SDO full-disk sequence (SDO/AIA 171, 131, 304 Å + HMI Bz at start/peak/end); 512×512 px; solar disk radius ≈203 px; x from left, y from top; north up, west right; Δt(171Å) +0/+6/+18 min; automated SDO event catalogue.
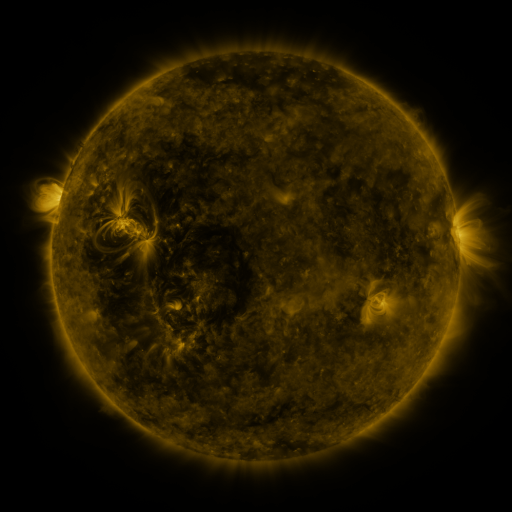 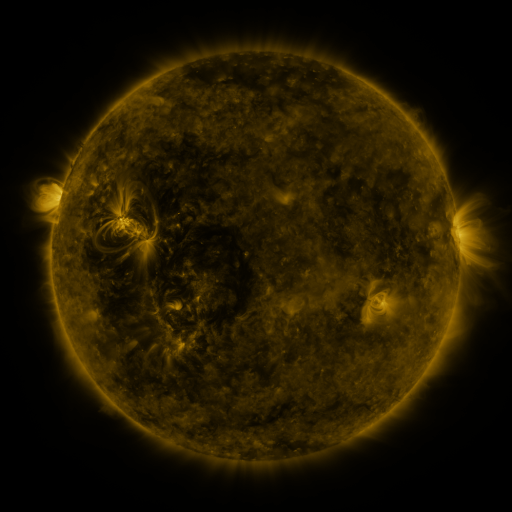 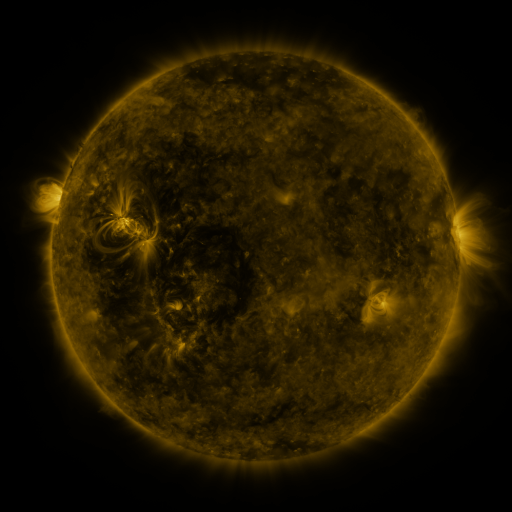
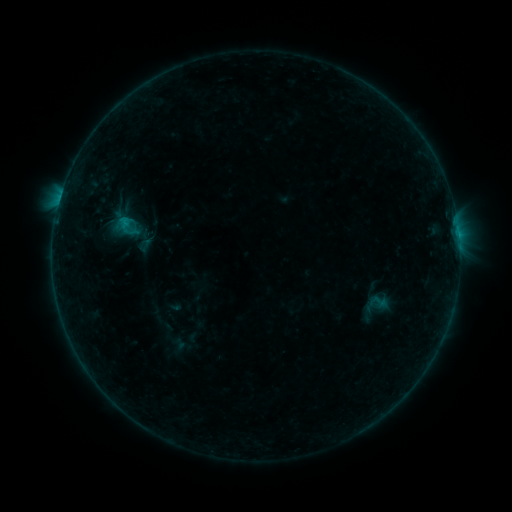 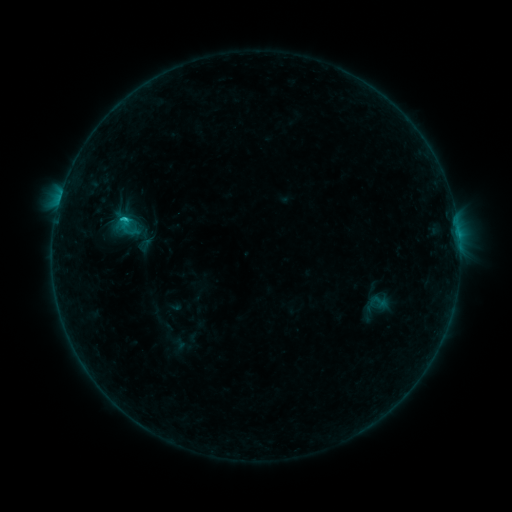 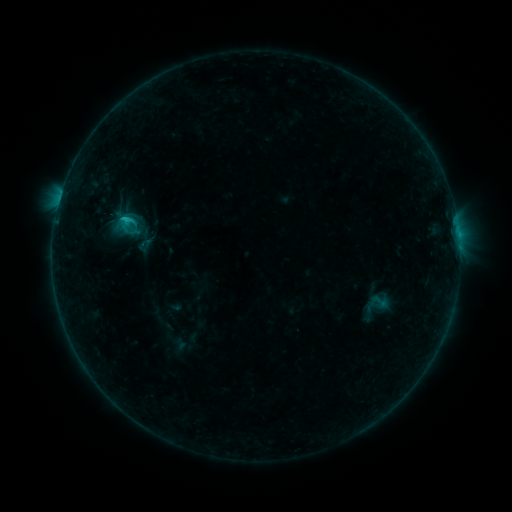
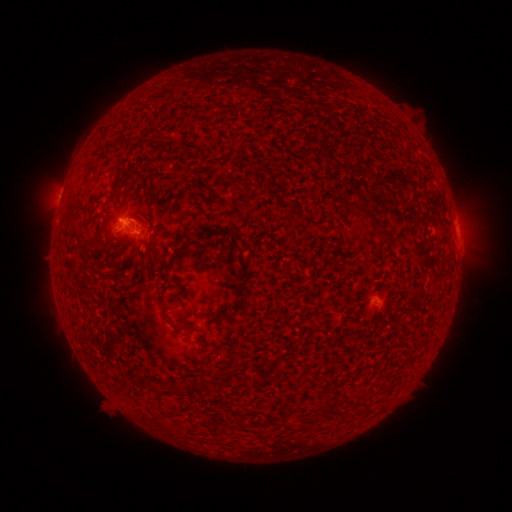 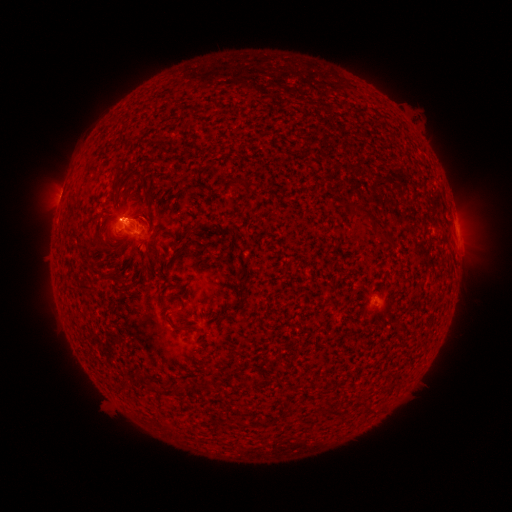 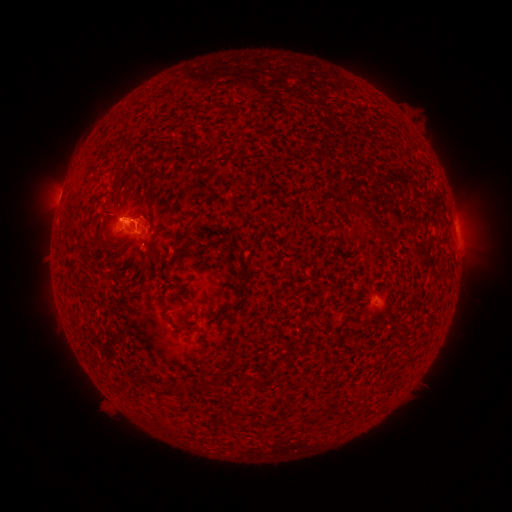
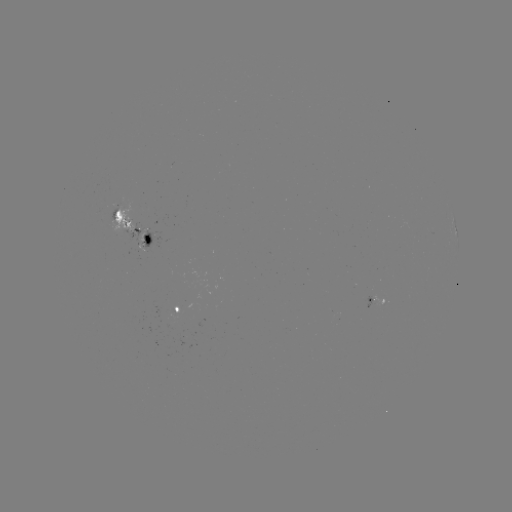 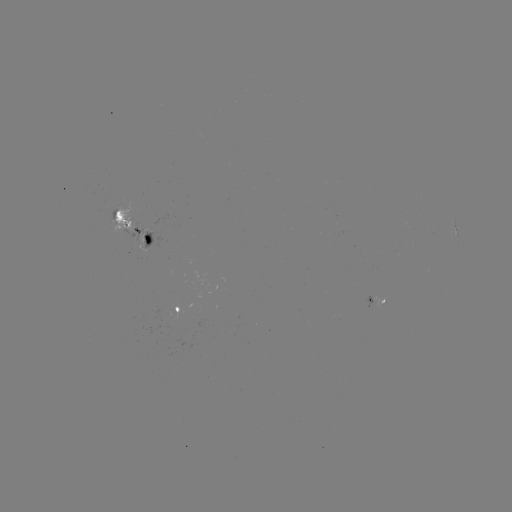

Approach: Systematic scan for C1.4 flare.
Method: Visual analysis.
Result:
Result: C1.4 flare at [126, 222].